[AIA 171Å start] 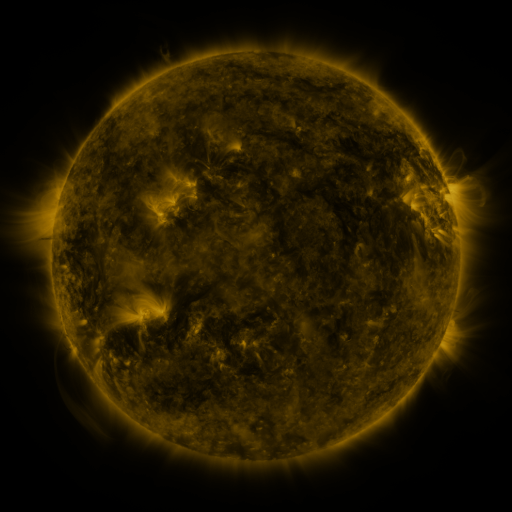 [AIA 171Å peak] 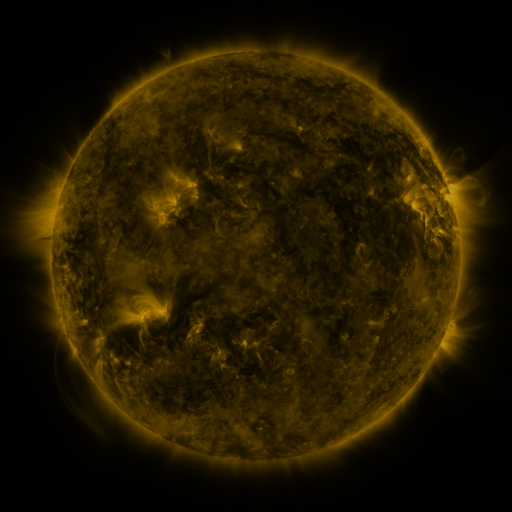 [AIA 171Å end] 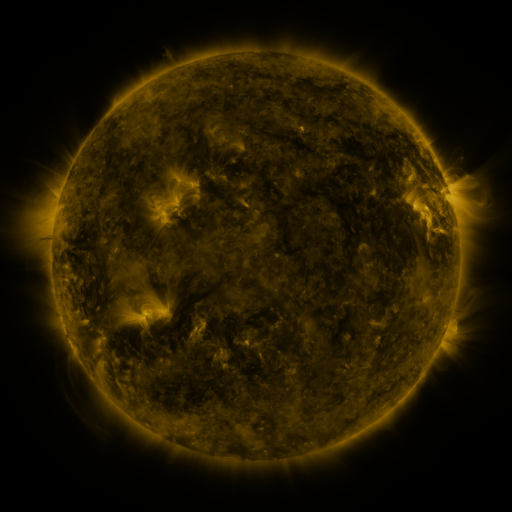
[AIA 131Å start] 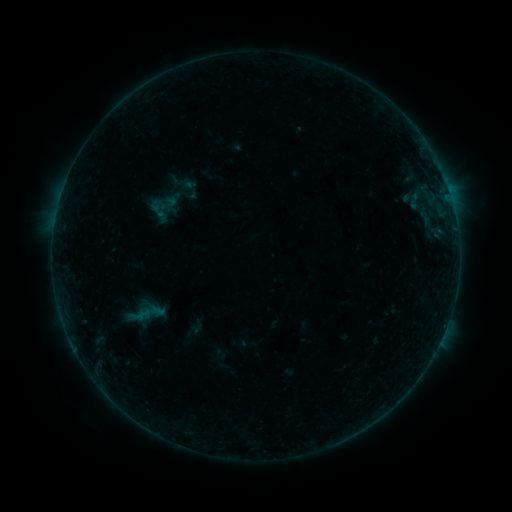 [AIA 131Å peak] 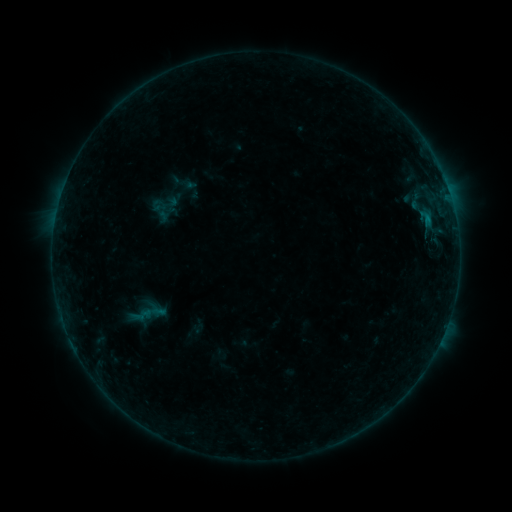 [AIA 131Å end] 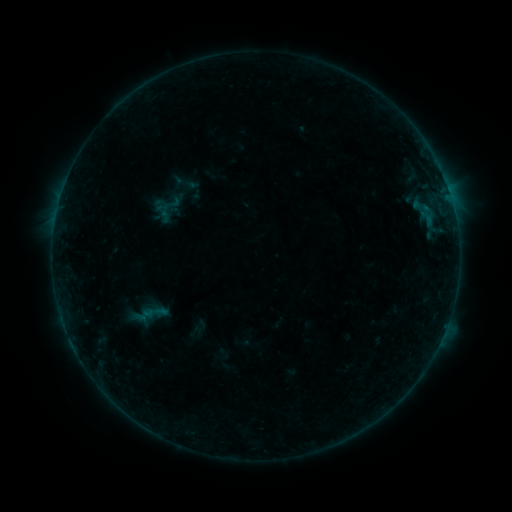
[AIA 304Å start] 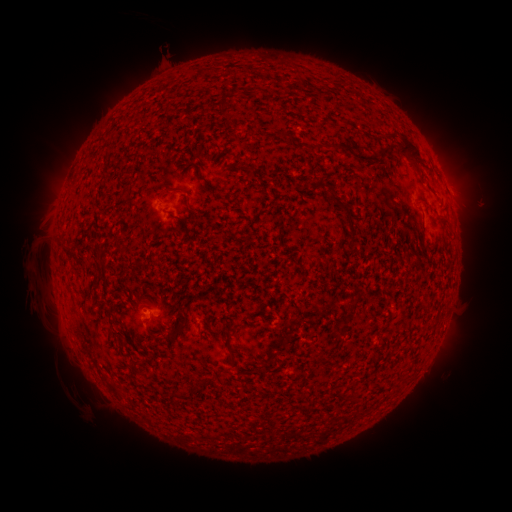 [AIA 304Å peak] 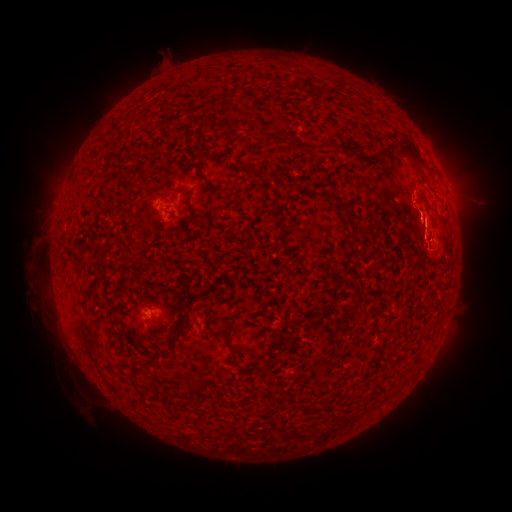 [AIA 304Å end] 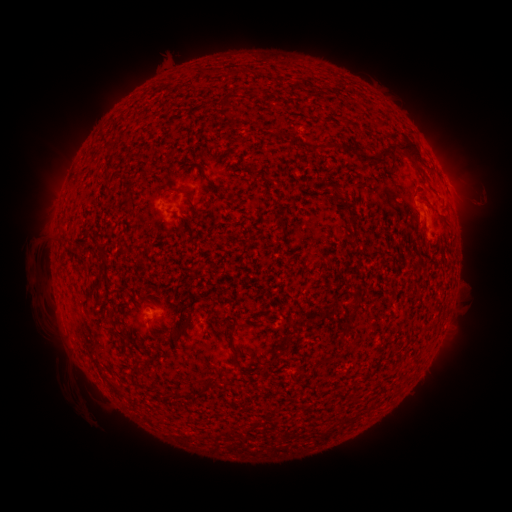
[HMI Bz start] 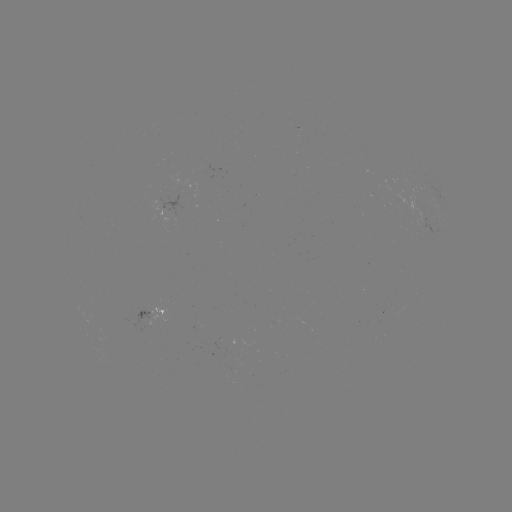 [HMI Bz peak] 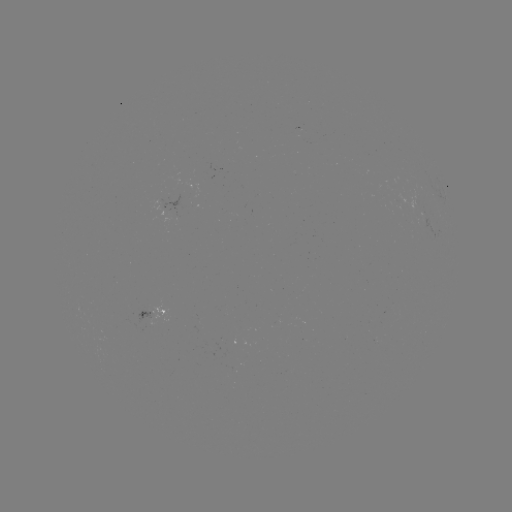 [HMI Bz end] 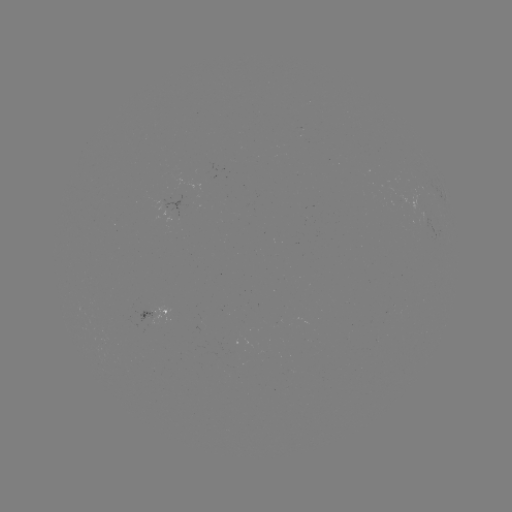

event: flare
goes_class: B4.6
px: (427, 221)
